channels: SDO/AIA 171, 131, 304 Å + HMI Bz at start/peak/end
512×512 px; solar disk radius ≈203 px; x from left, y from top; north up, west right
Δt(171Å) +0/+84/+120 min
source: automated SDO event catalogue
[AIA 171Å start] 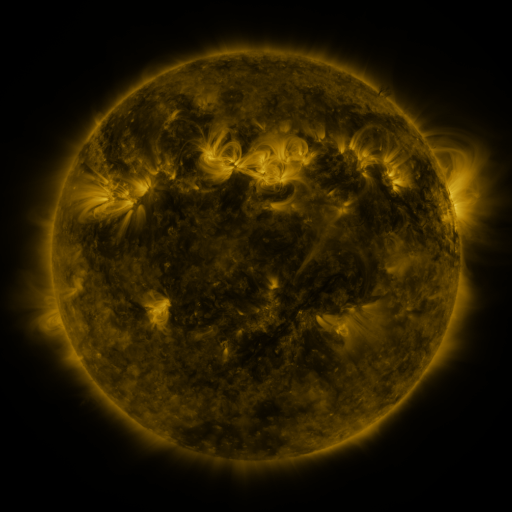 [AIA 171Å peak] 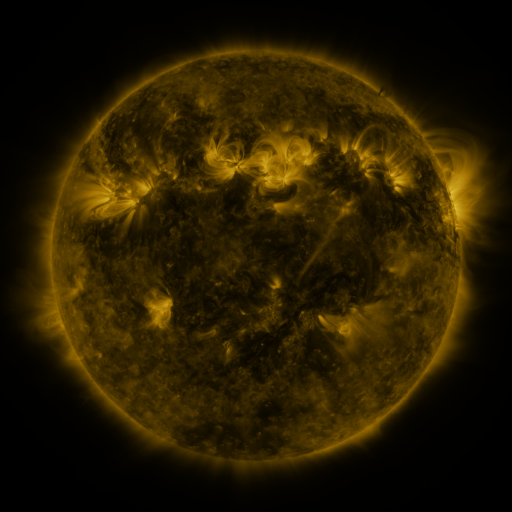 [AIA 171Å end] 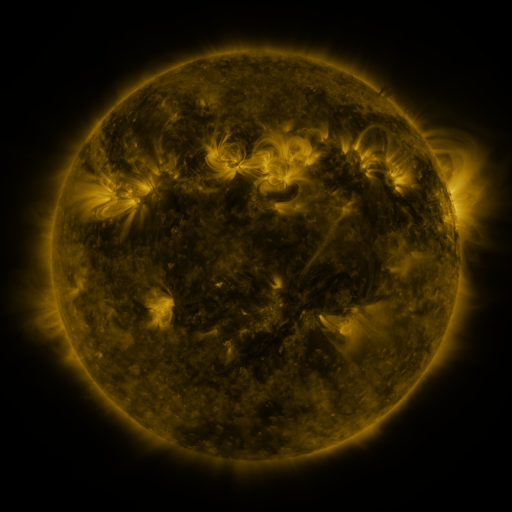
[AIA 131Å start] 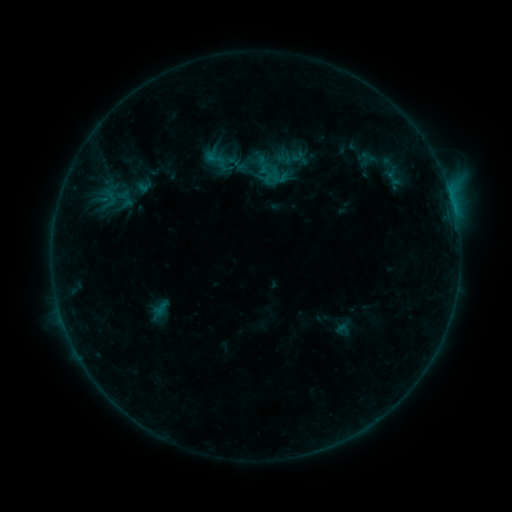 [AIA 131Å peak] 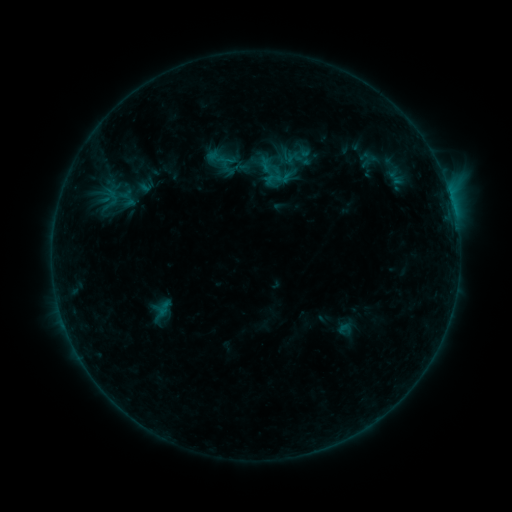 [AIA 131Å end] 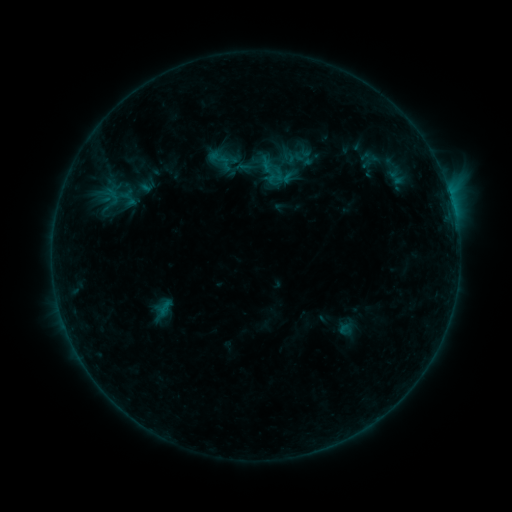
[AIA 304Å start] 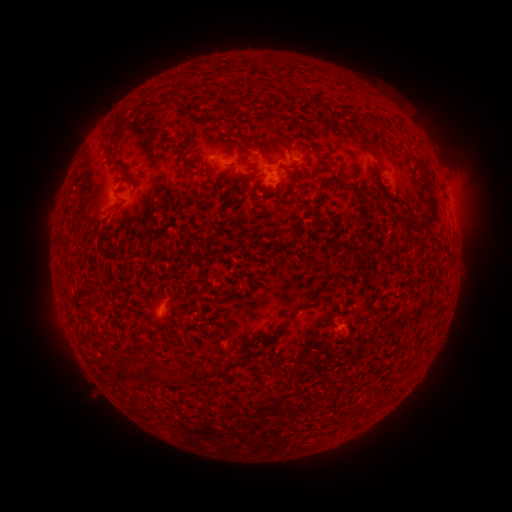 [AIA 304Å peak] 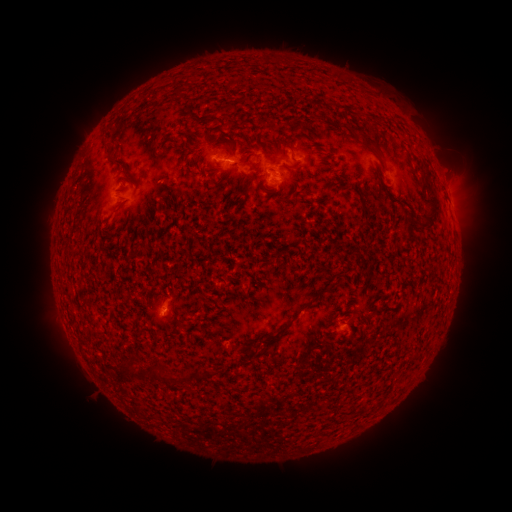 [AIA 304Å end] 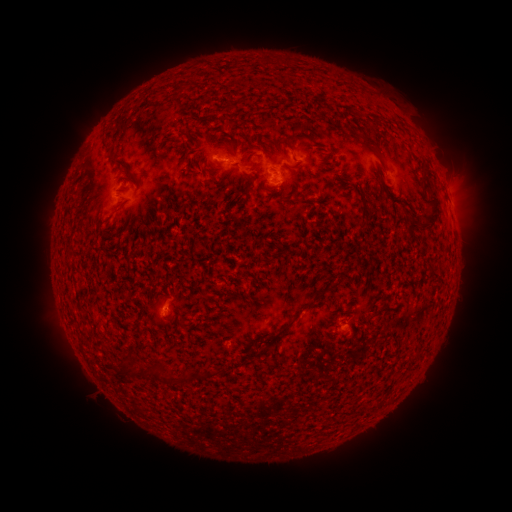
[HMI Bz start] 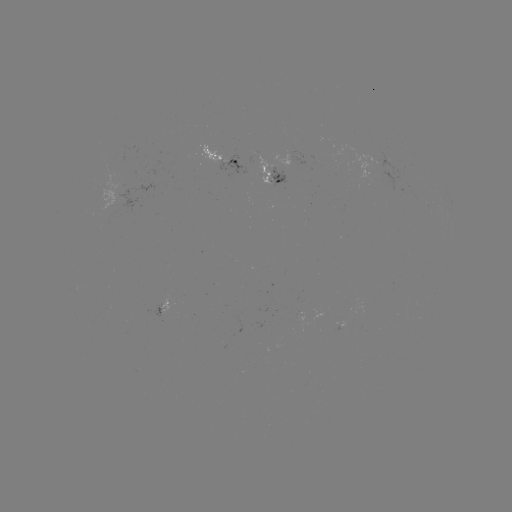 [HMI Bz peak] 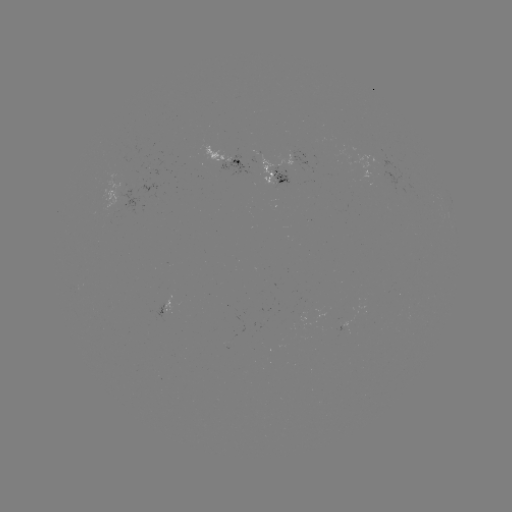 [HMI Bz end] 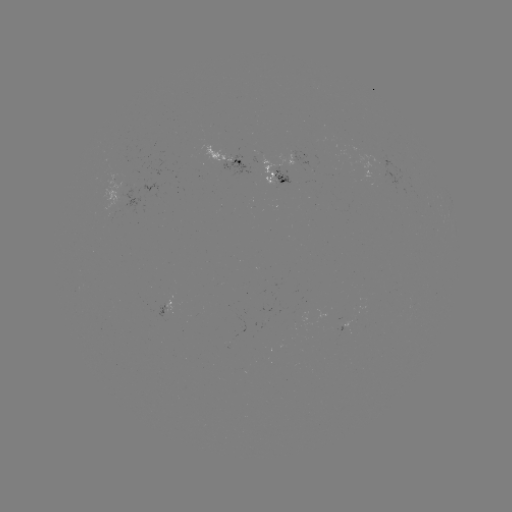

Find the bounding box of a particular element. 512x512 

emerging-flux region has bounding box [161, 300, 172, 311].